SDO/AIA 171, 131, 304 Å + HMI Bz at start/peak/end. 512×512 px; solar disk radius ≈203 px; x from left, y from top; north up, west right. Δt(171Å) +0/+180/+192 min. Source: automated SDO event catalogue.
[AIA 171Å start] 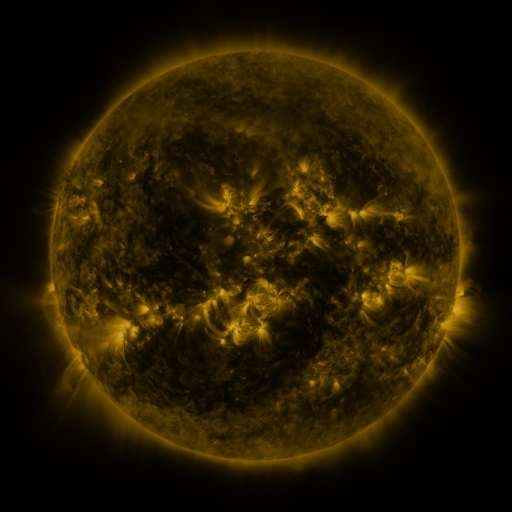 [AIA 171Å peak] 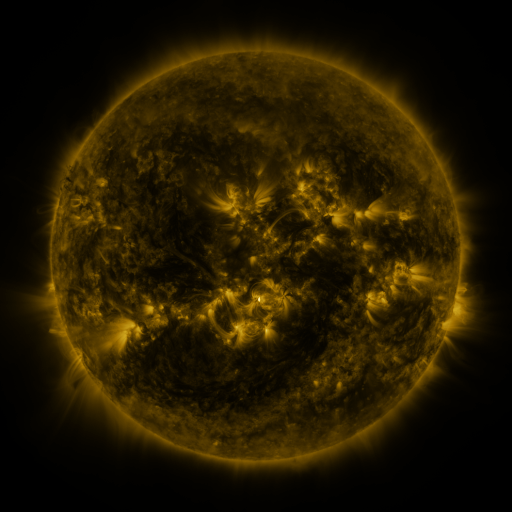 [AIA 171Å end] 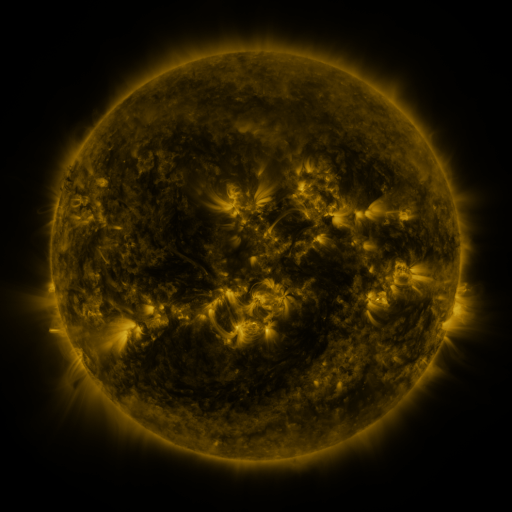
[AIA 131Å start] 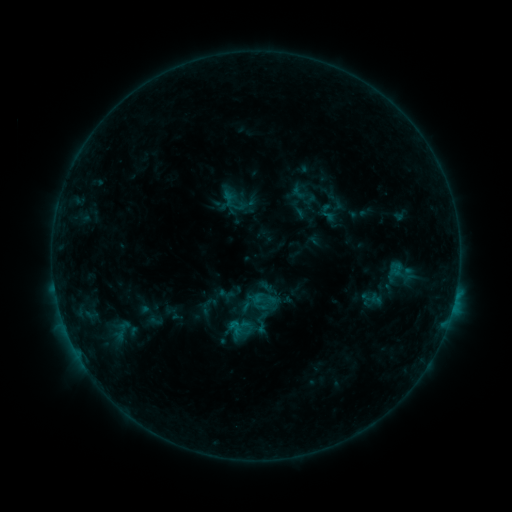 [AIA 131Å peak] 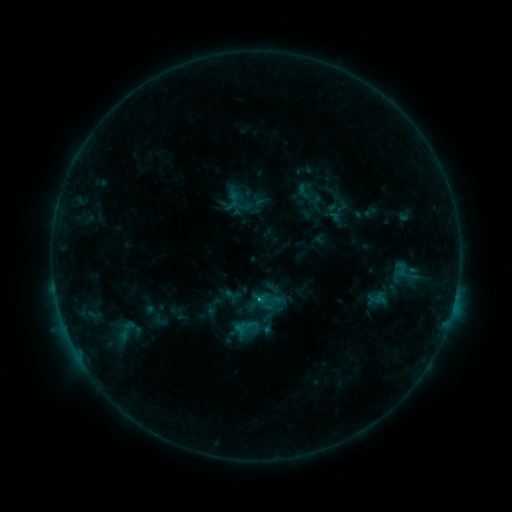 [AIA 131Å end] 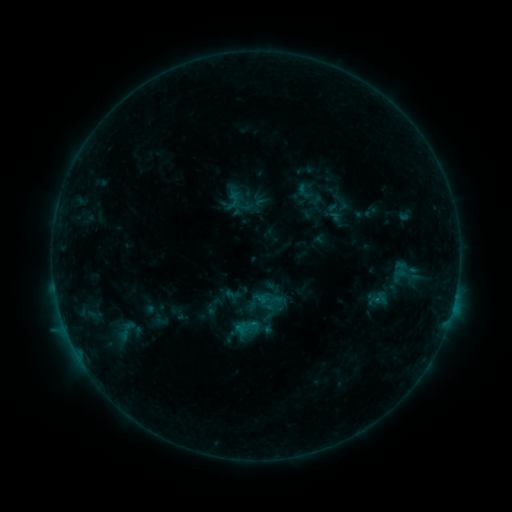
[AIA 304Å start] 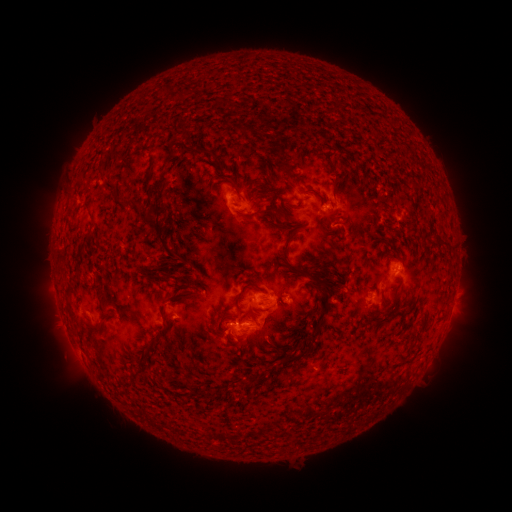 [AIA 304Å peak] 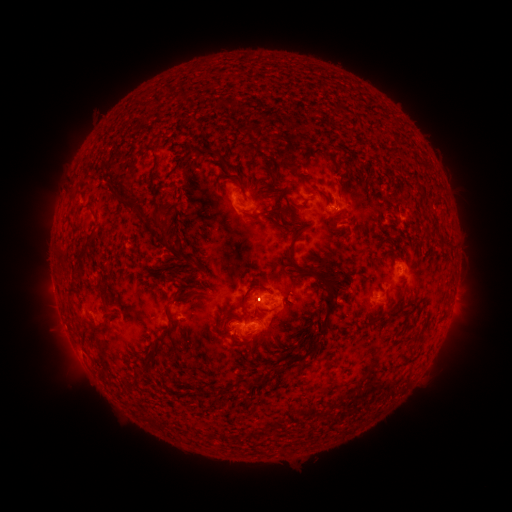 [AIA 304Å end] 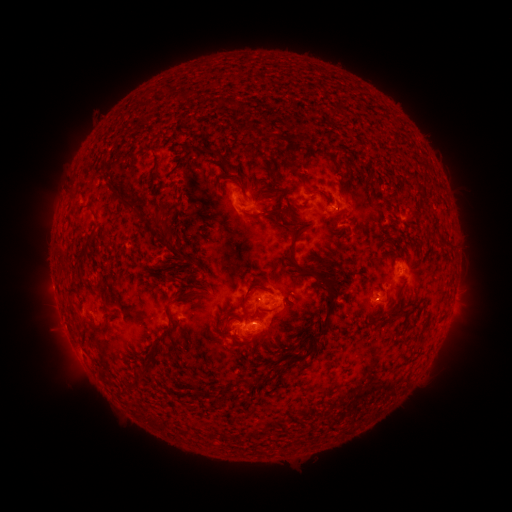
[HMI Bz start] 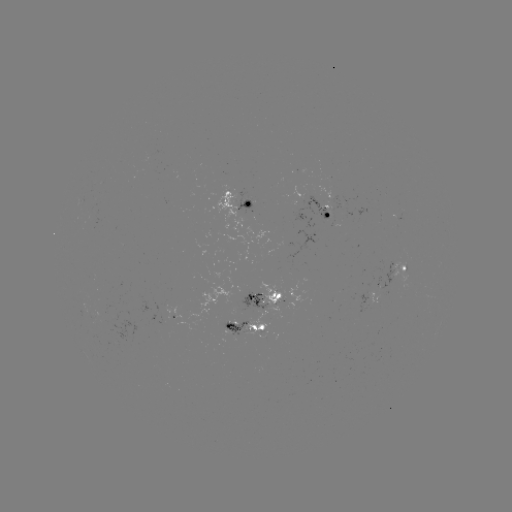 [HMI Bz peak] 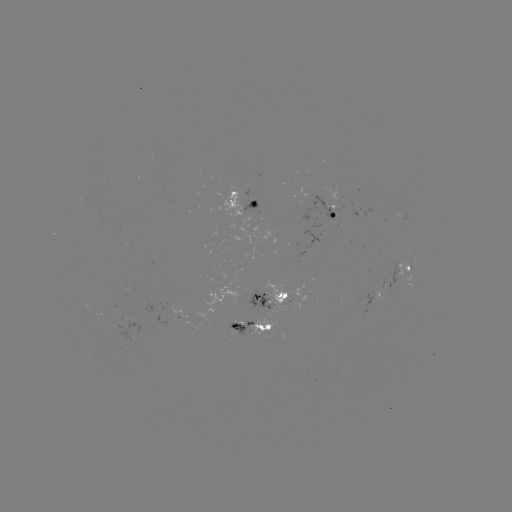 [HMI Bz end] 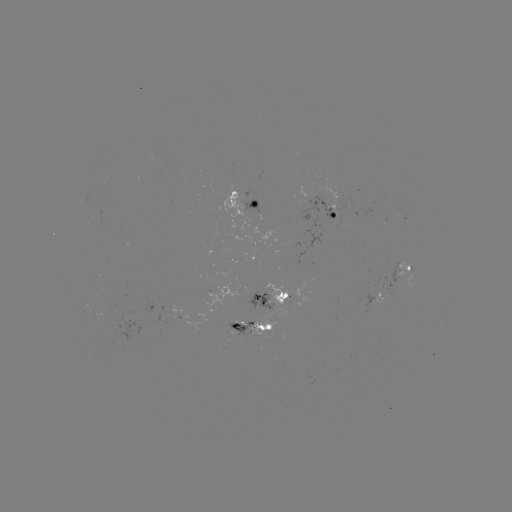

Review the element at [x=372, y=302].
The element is emerging-flux region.